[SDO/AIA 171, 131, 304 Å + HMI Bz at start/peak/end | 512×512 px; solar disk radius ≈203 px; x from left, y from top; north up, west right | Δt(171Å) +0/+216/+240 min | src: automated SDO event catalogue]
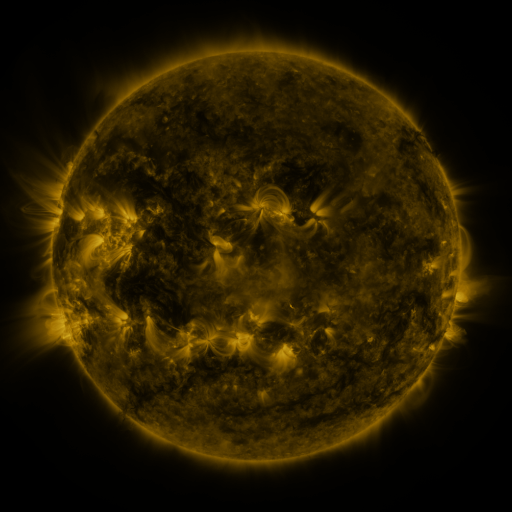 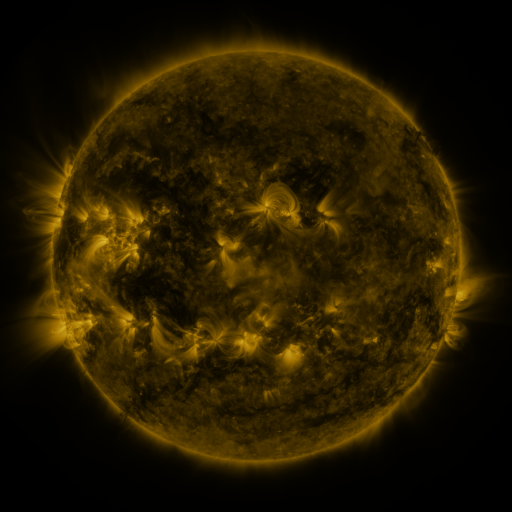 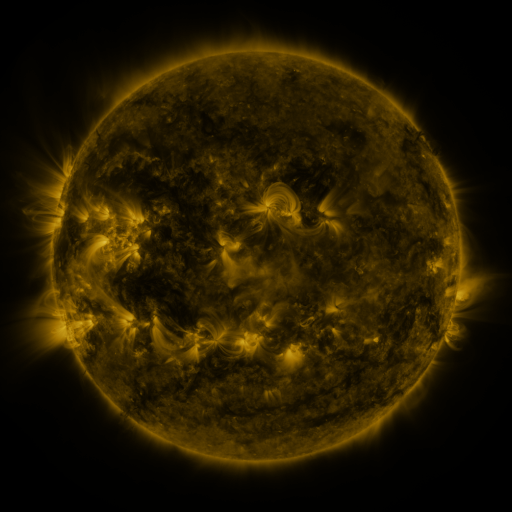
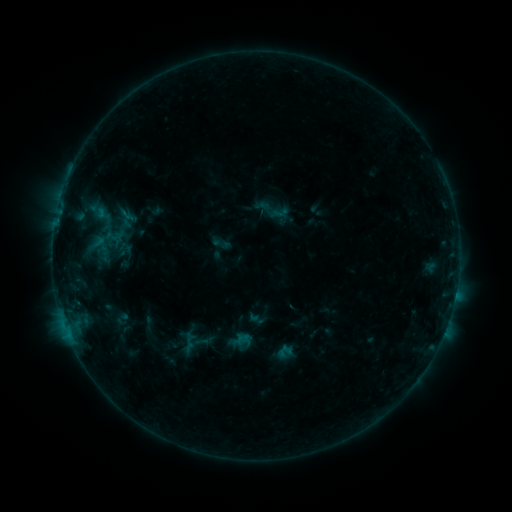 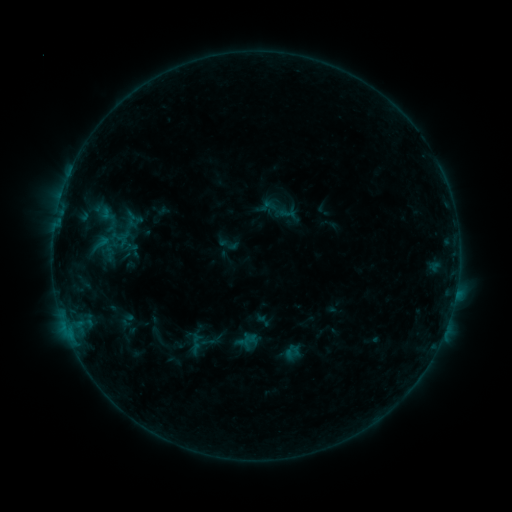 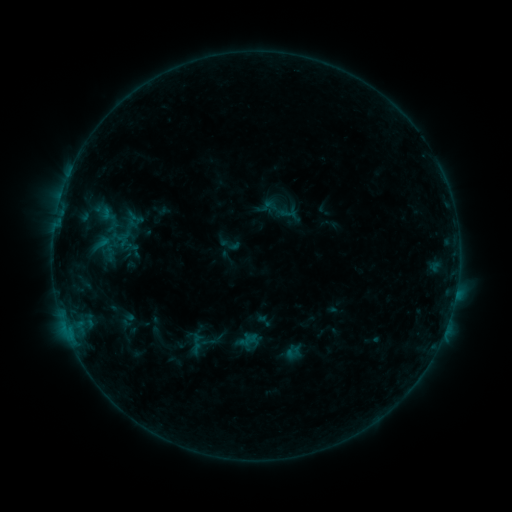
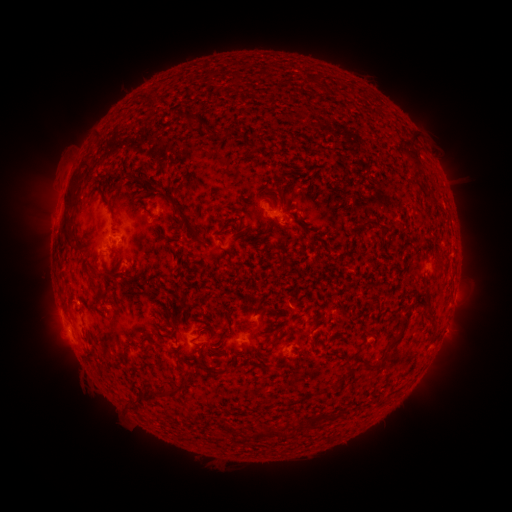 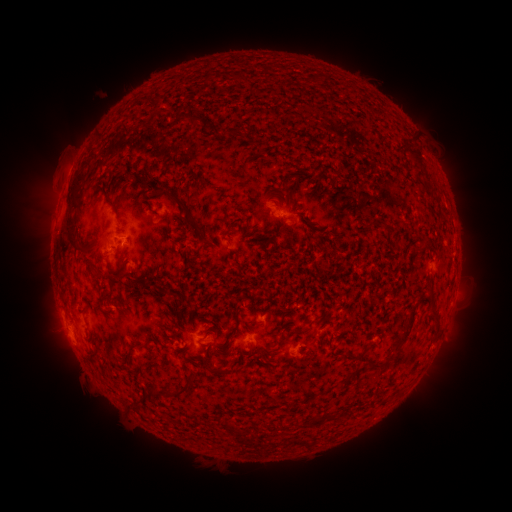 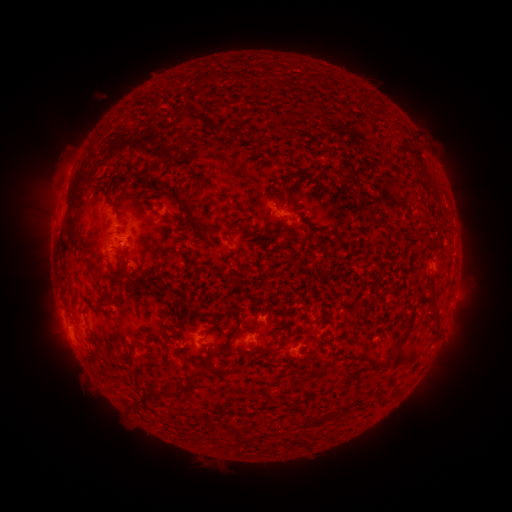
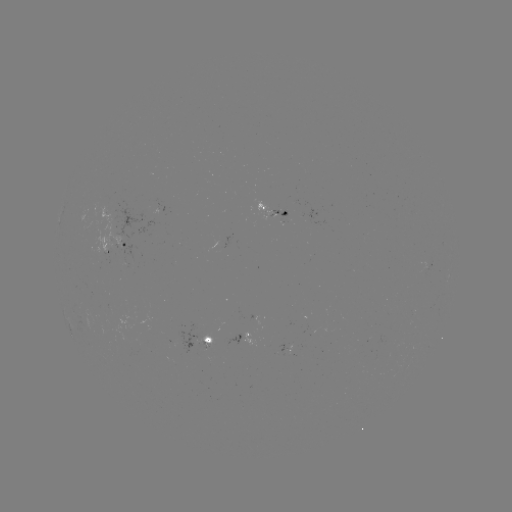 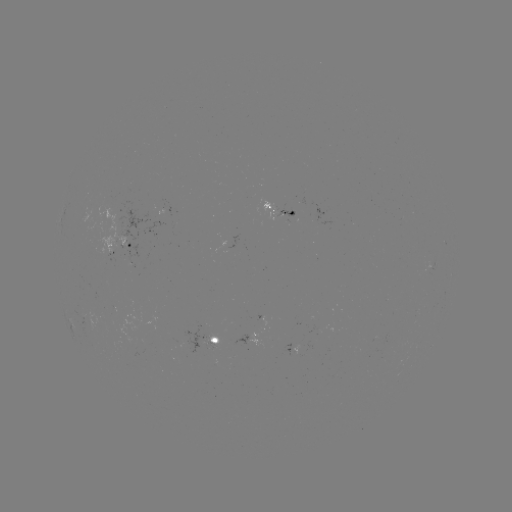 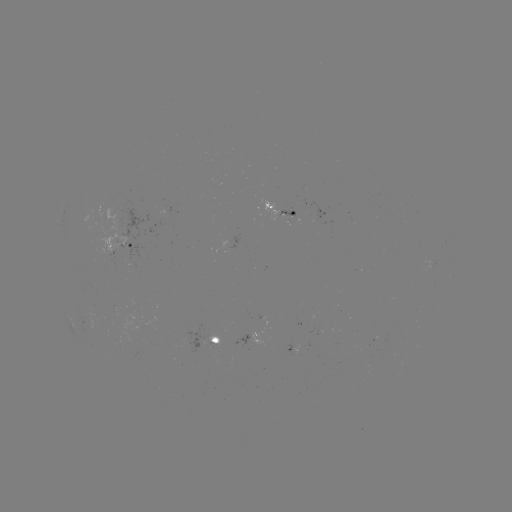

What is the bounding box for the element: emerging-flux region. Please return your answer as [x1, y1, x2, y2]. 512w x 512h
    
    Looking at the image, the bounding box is [205, 337, 218, 349].